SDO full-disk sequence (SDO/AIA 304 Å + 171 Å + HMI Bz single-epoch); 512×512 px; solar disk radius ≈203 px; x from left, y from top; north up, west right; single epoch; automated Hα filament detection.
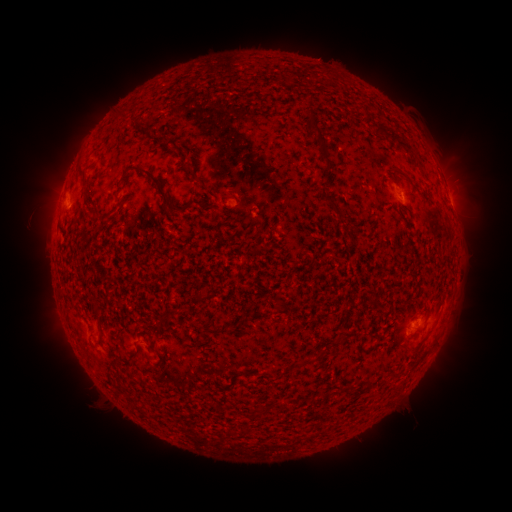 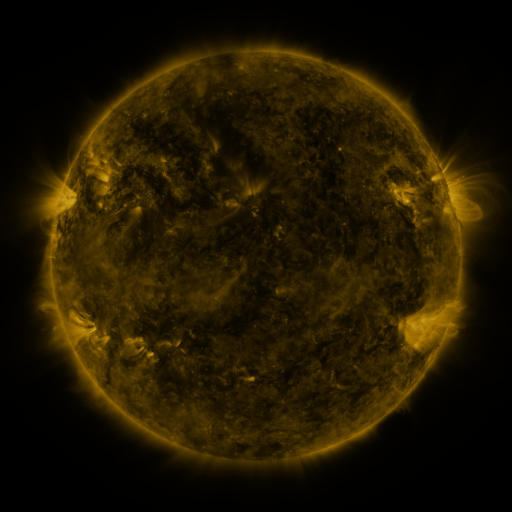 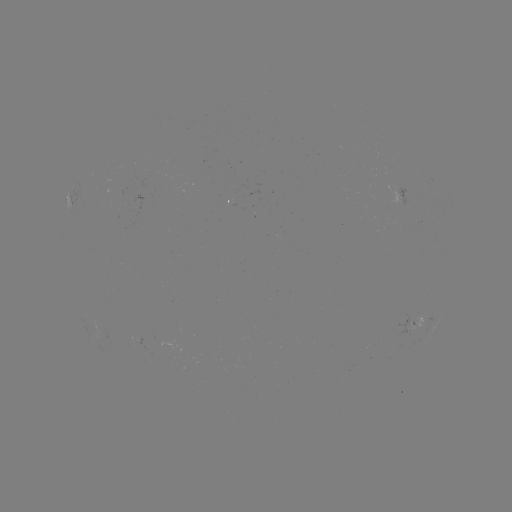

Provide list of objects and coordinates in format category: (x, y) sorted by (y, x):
filament: (398, 139)
filament: (322, 141)
filament: (394, 183)
filament: (161, 190)
filament: (332, 202)
filament: (277, 303)
filament: (163, 319)
filament: (137, 348)
filament: (416, 352)
filament: (298, 364)
